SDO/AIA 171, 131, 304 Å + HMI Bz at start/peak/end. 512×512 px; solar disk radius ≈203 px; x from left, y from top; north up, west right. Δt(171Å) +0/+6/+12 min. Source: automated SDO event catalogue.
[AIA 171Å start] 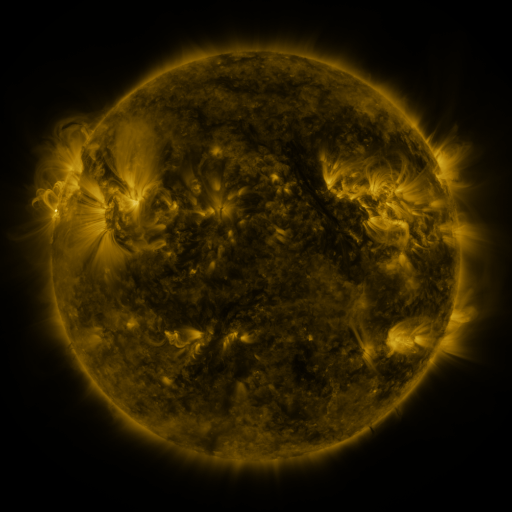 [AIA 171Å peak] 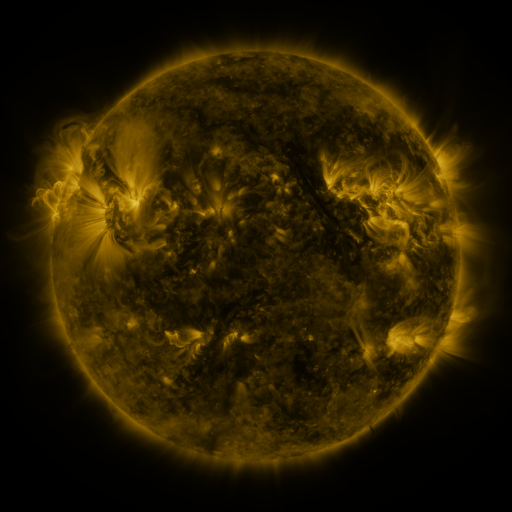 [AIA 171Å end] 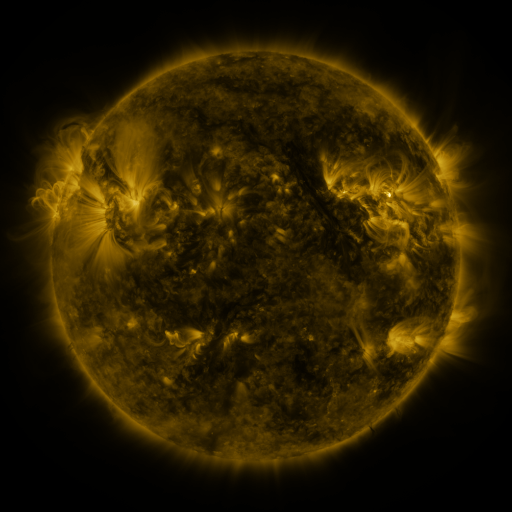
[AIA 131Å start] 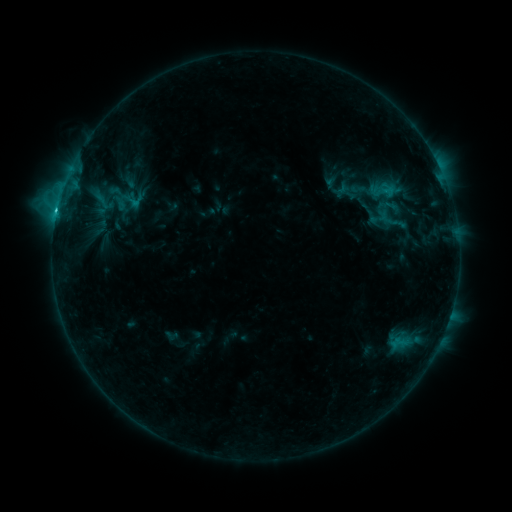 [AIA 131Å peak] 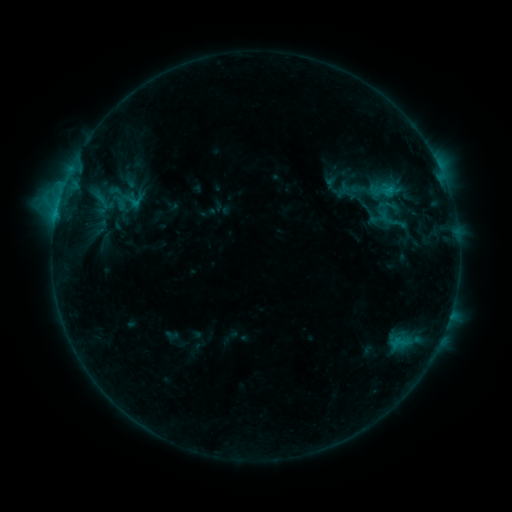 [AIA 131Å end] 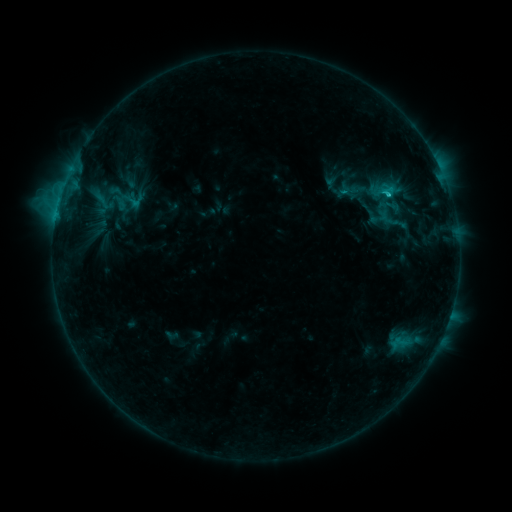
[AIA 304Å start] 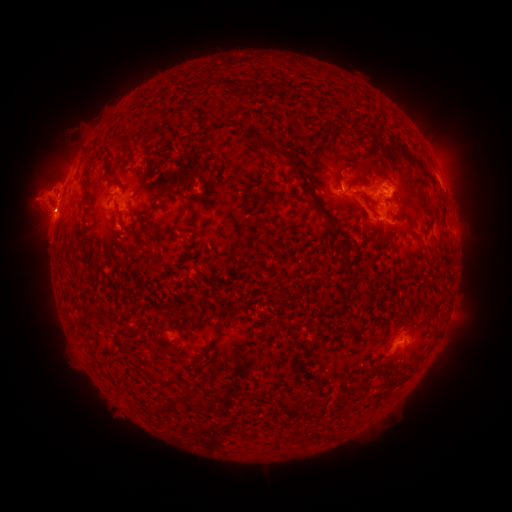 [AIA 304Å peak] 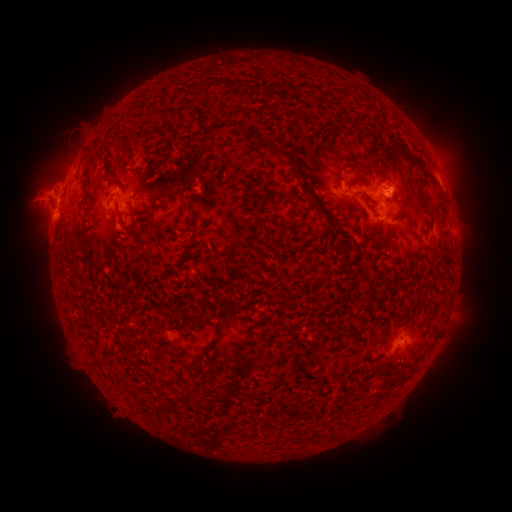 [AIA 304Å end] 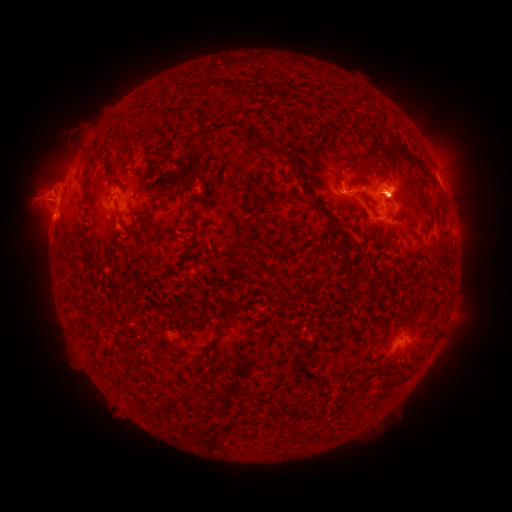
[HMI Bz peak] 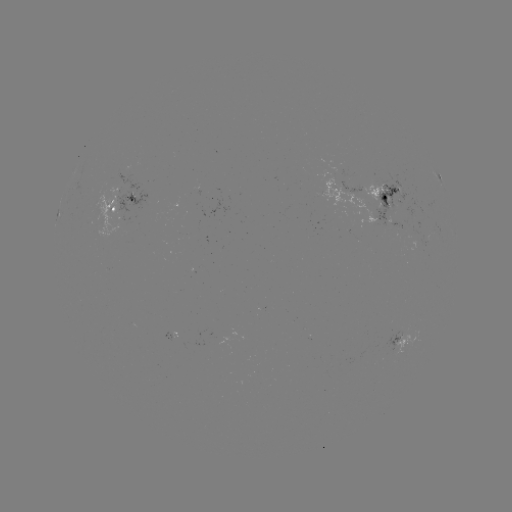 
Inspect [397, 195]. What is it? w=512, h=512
eruption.